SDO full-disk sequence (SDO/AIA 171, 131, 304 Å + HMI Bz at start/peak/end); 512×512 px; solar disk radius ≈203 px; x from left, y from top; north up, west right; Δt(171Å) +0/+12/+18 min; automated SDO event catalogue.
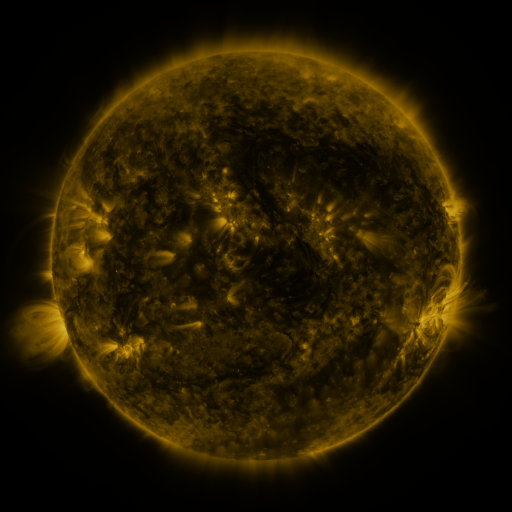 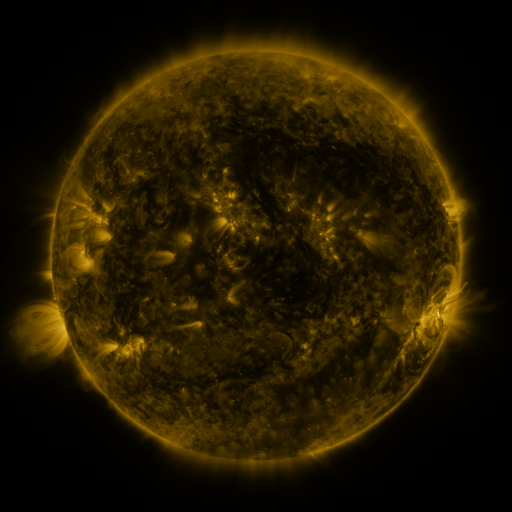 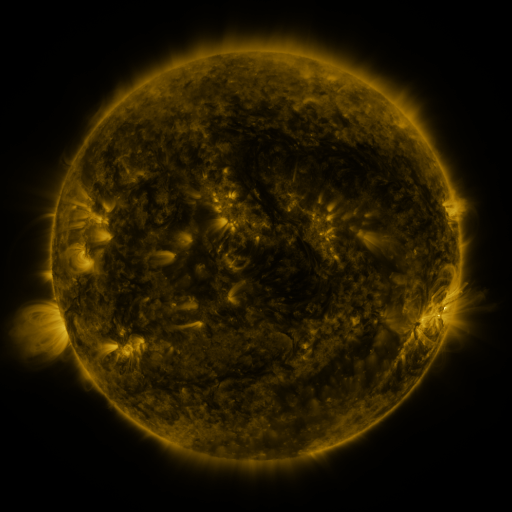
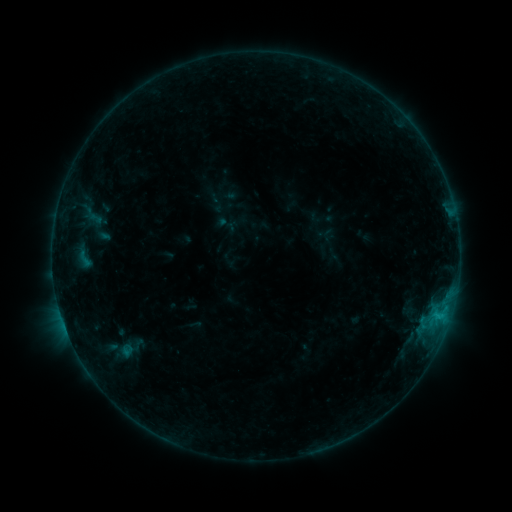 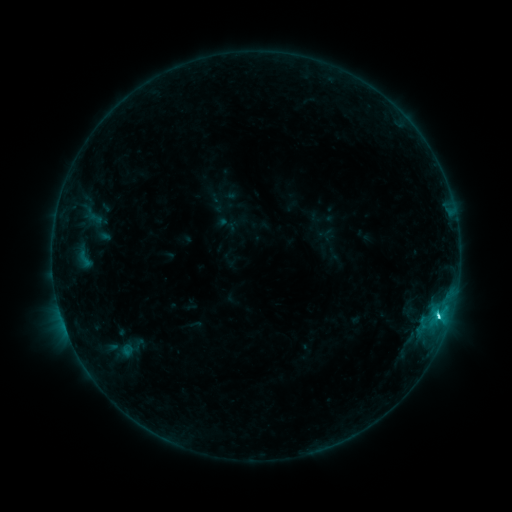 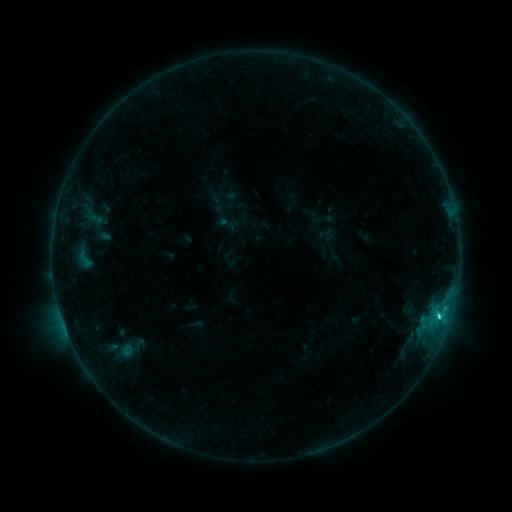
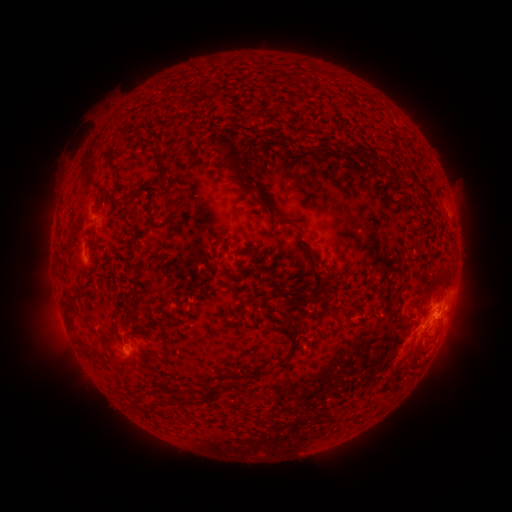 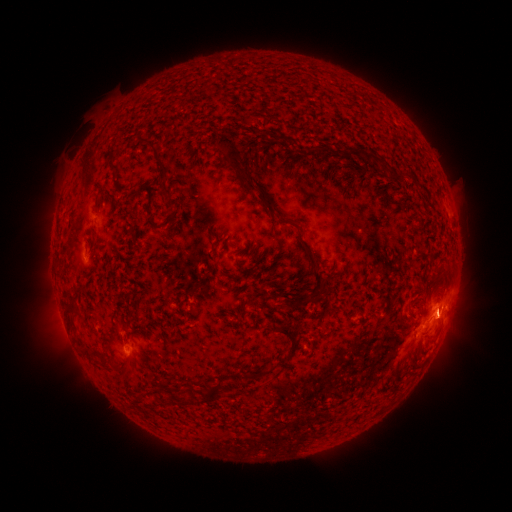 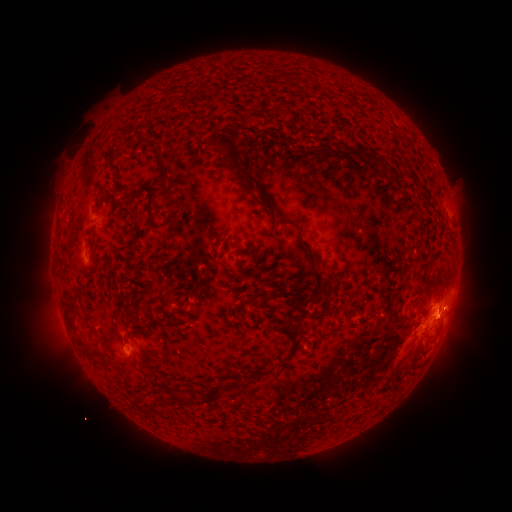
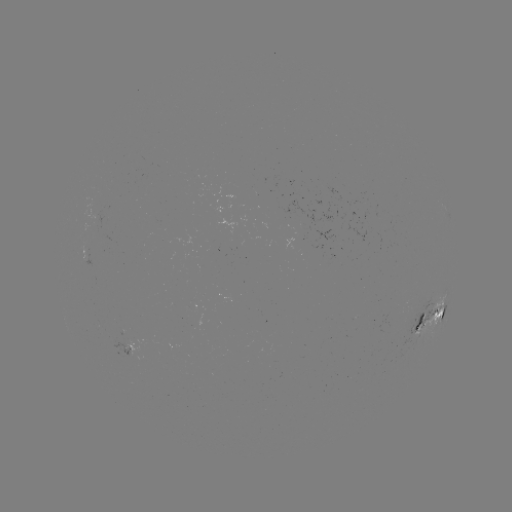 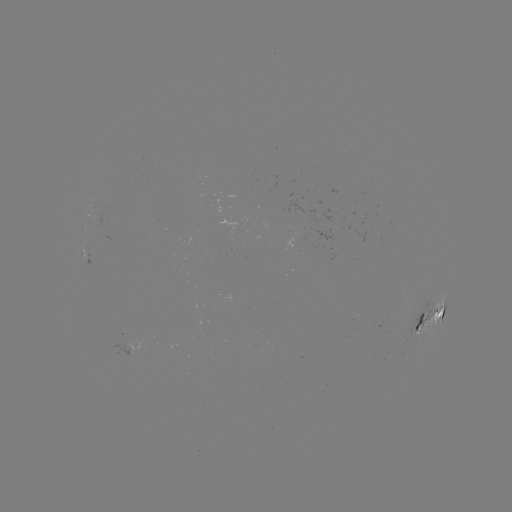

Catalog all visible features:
C2.6 flare: (437, 314)
